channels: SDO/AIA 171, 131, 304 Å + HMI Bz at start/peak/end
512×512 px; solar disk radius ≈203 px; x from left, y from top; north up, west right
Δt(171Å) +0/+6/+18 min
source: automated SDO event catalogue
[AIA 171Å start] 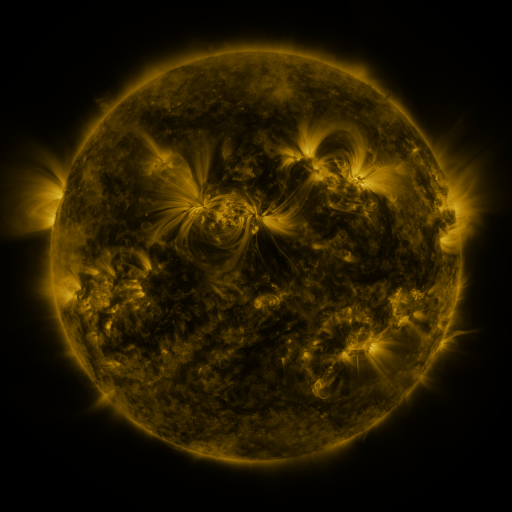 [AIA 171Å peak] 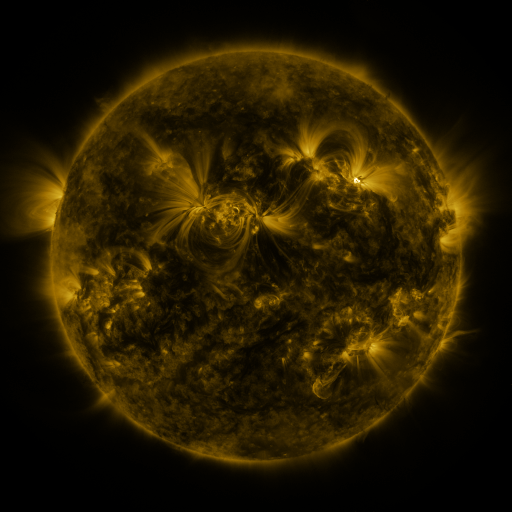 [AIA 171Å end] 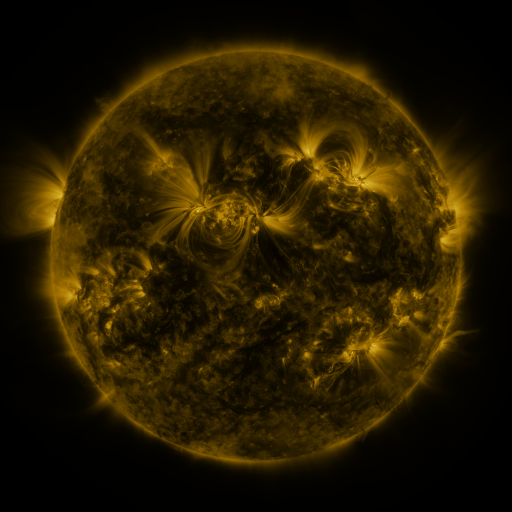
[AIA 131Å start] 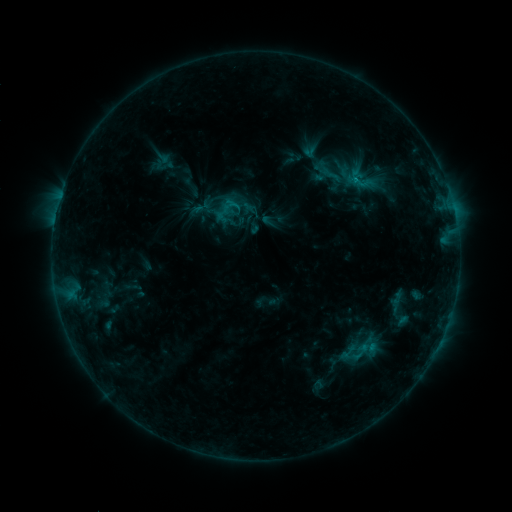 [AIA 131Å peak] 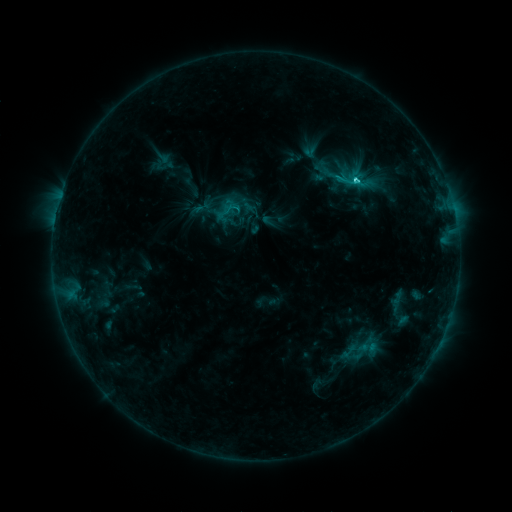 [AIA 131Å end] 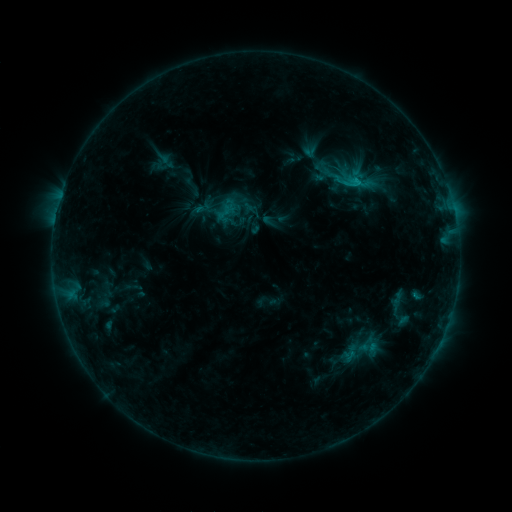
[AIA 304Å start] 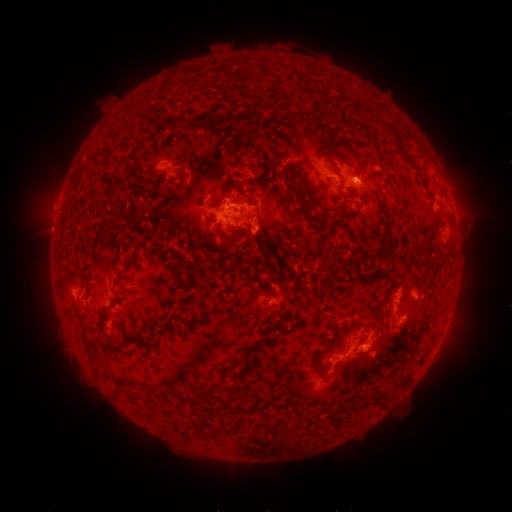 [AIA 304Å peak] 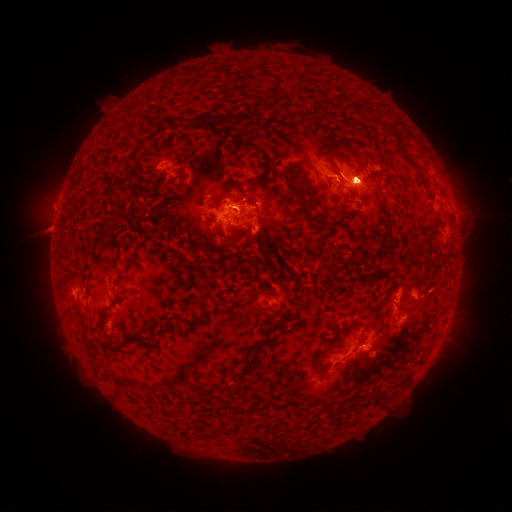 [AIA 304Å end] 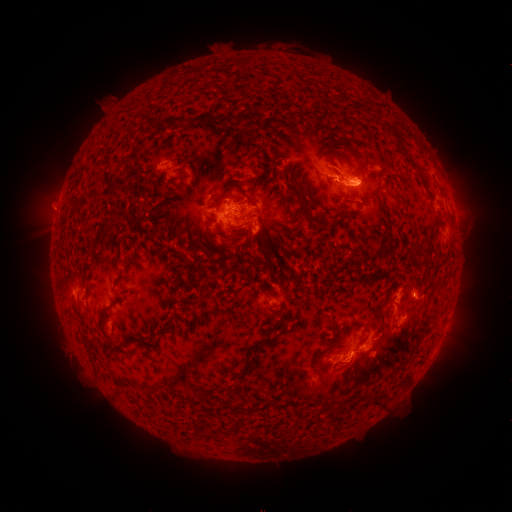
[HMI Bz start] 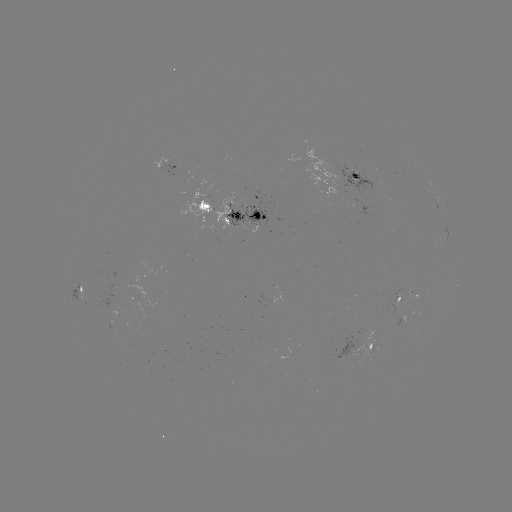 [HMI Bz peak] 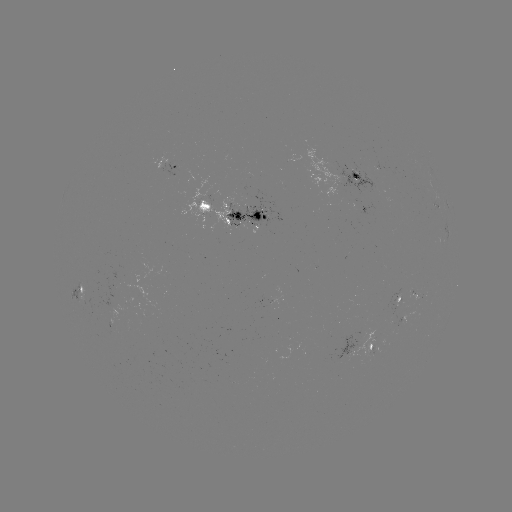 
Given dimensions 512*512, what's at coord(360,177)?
eruption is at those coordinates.